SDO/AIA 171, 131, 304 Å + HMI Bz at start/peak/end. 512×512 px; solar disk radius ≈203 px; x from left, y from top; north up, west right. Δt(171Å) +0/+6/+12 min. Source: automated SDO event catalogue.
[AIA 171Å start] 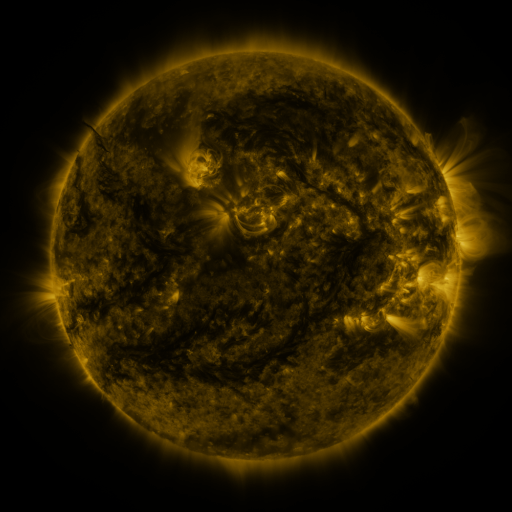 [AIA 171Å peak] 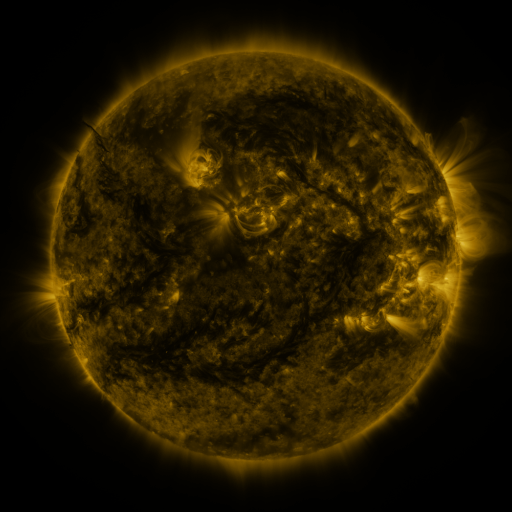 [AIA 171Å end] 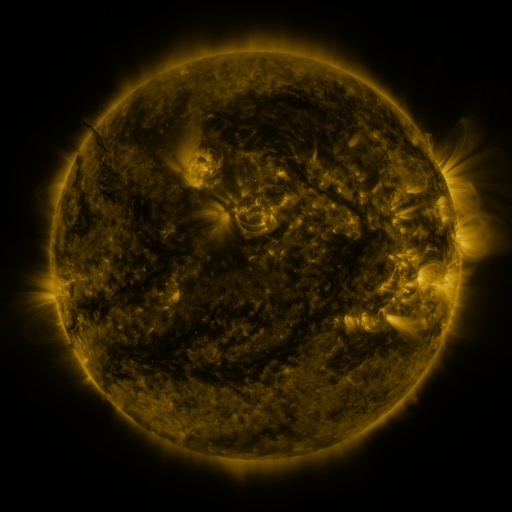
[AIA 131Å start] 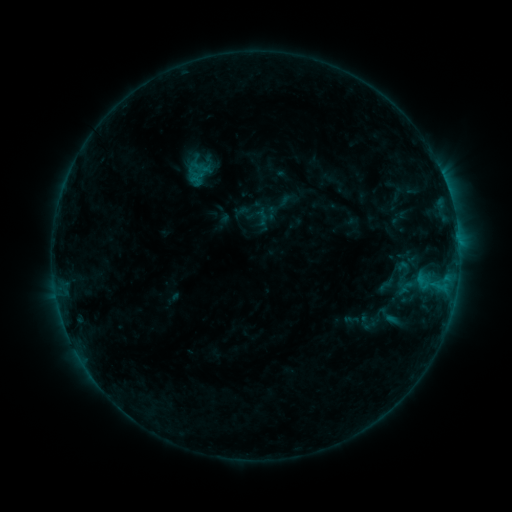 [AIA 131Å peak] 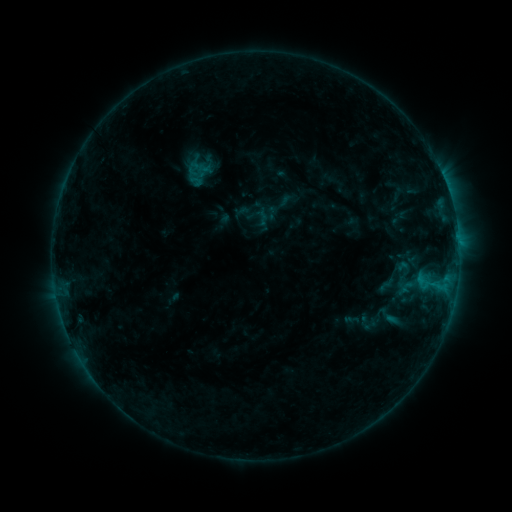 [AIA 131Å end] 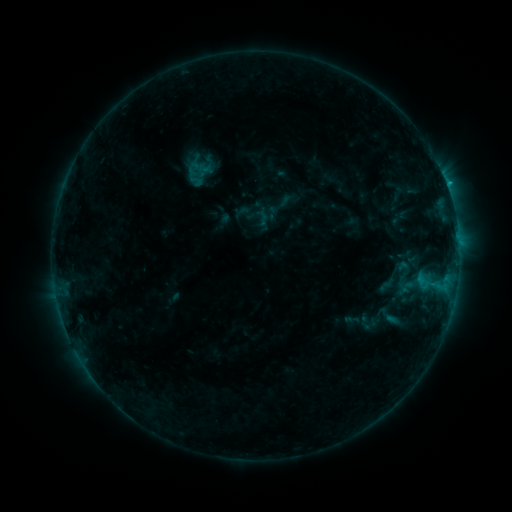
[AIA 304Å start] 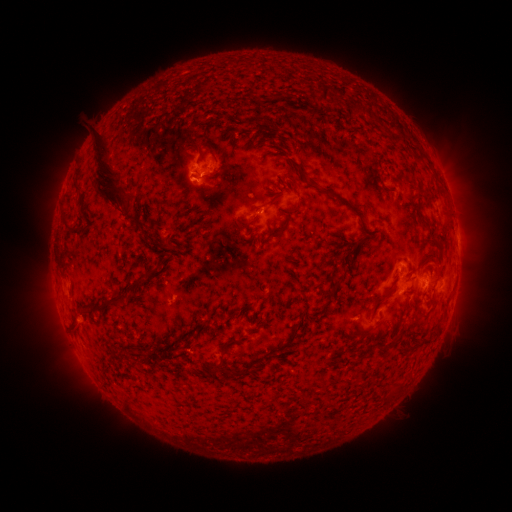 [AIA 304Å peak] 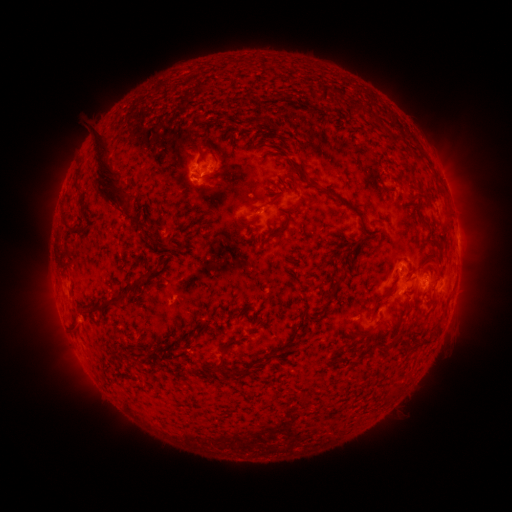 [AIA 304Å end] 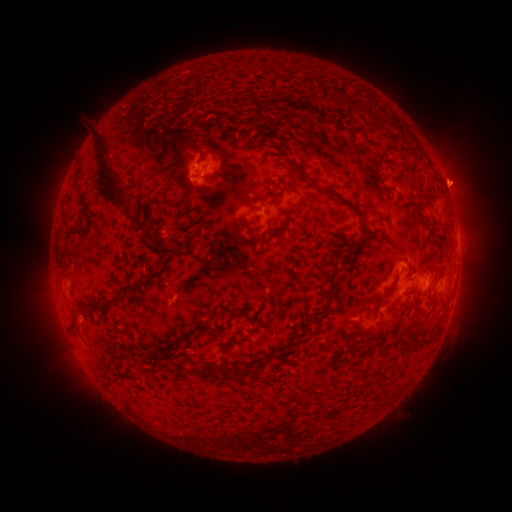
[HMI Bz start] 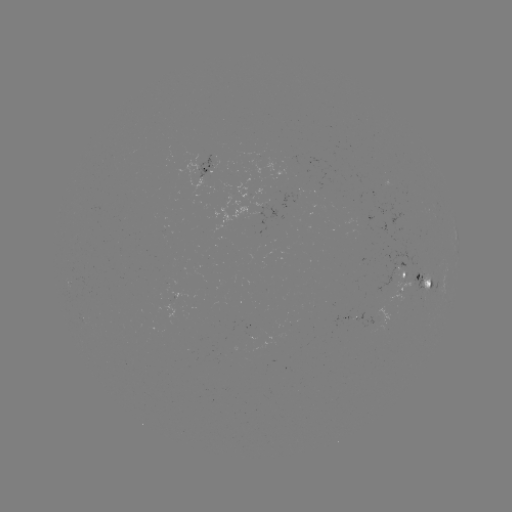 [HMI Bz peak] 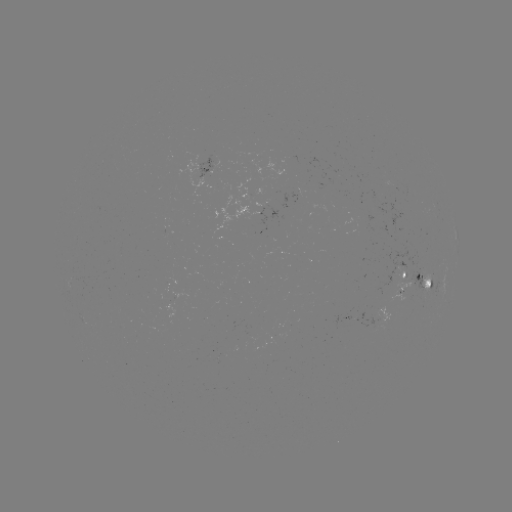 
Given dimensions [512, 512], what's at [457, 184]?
eruption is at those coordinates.